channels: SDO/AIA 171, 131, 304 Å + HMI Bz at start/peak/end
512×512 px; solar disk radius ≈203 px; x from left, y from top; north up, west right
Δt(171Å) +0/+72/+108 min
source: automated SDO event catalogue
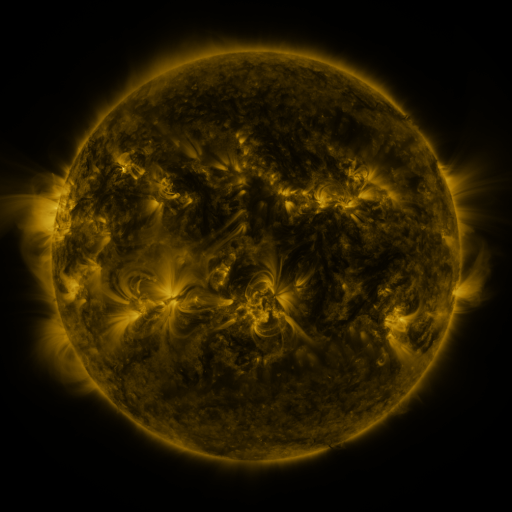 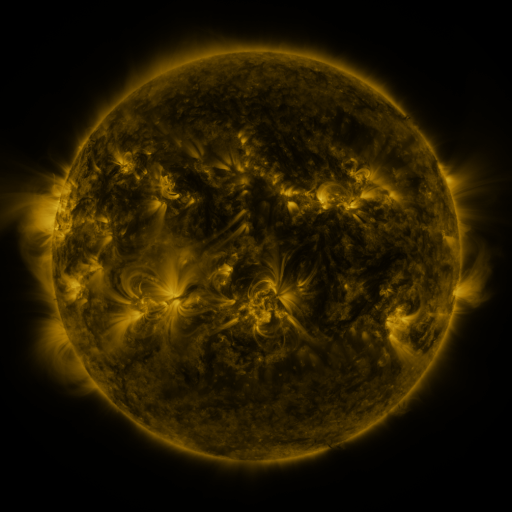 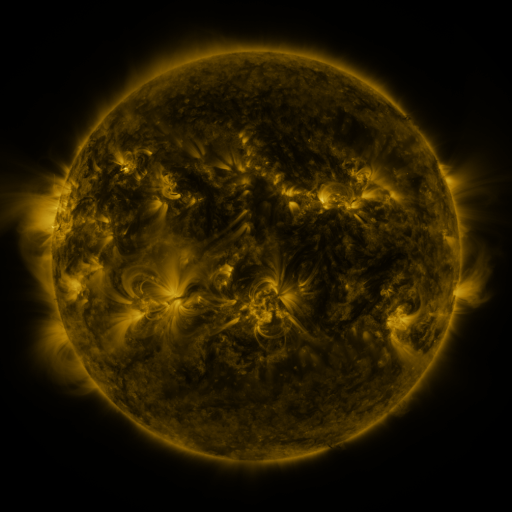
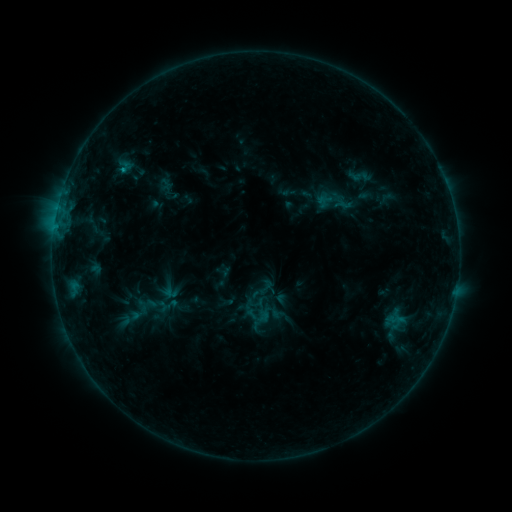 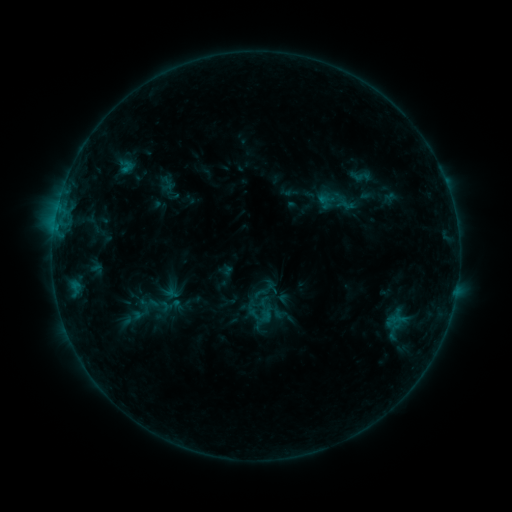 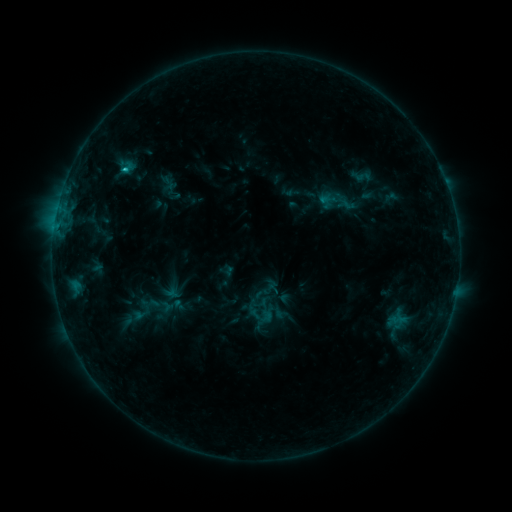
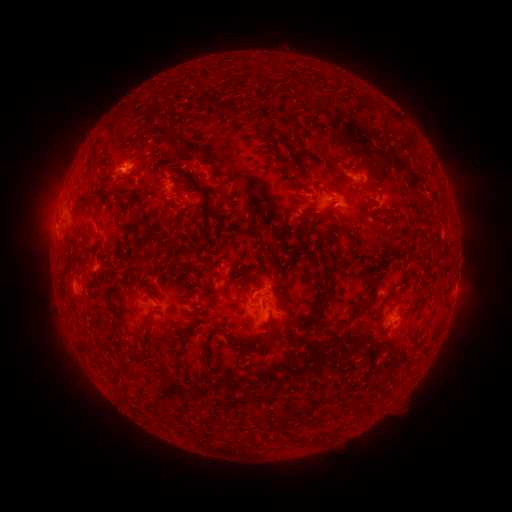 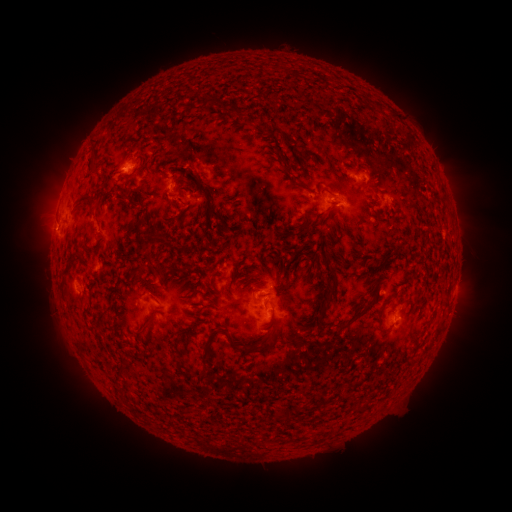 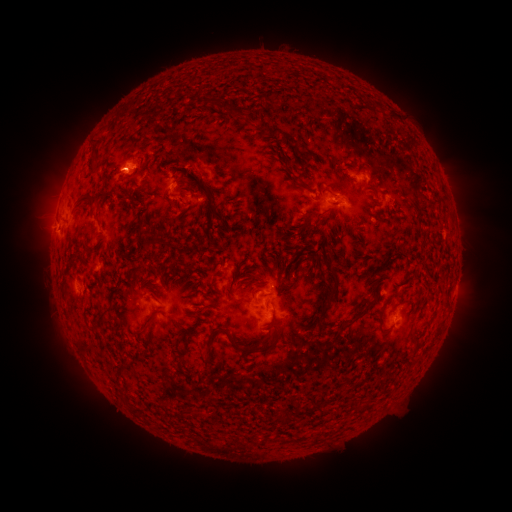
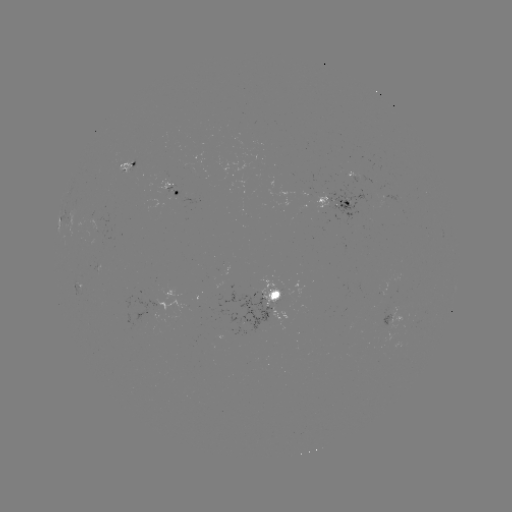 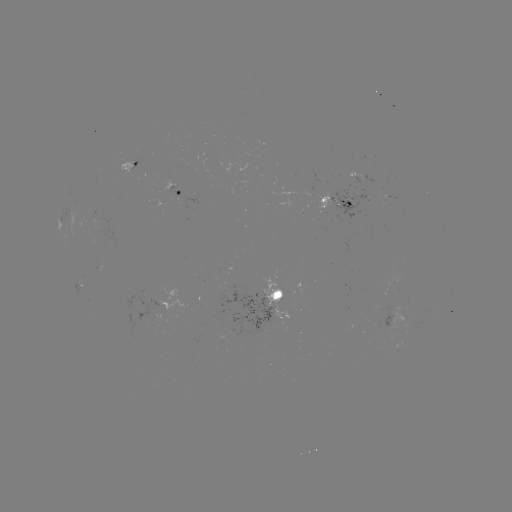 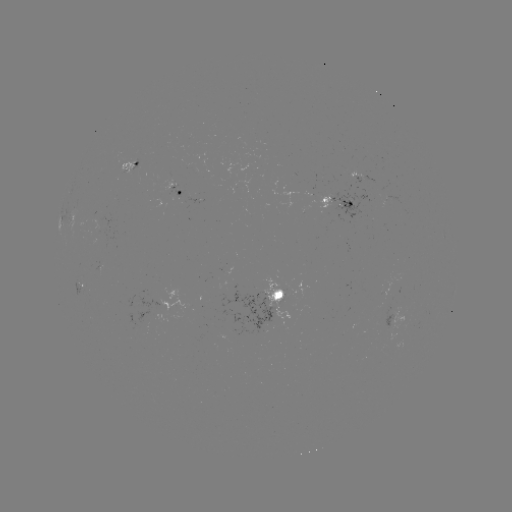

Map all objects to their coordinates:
emerging-flux region: (236, 298)
